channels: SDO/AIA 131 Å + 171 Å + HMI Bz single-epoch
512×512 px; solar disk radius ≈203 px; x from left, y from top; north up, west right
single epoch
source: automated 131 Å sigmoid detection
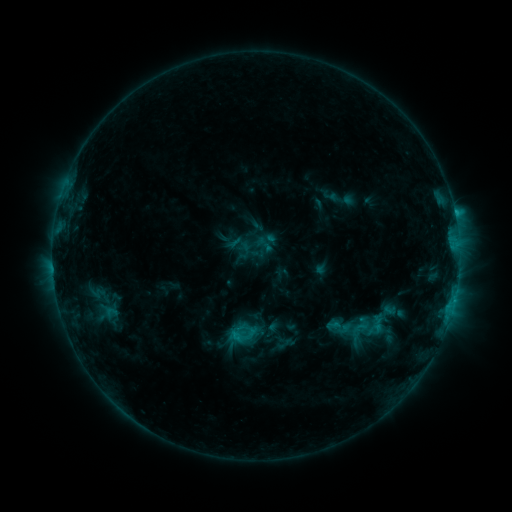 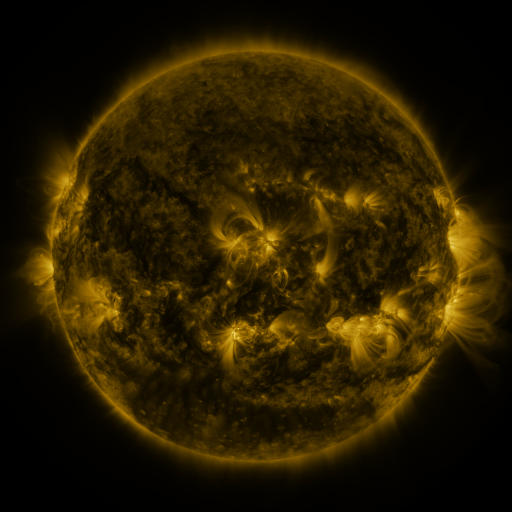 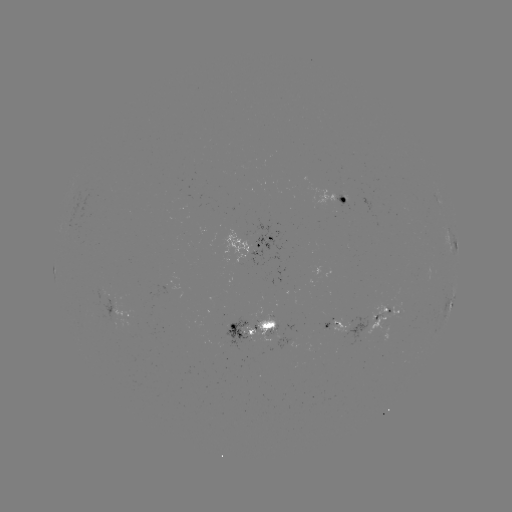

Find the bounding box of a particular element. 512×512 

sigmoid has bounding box [254, 234, 275, 255].